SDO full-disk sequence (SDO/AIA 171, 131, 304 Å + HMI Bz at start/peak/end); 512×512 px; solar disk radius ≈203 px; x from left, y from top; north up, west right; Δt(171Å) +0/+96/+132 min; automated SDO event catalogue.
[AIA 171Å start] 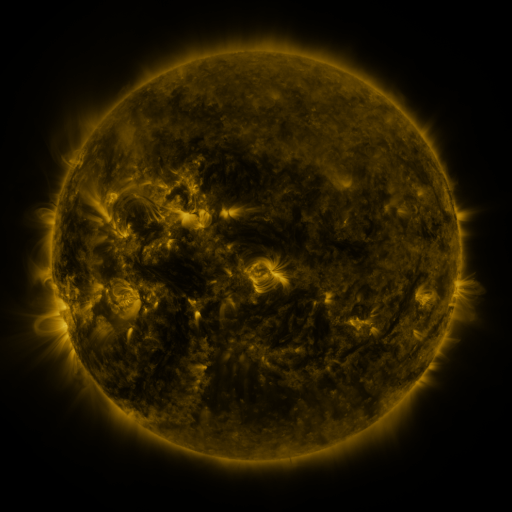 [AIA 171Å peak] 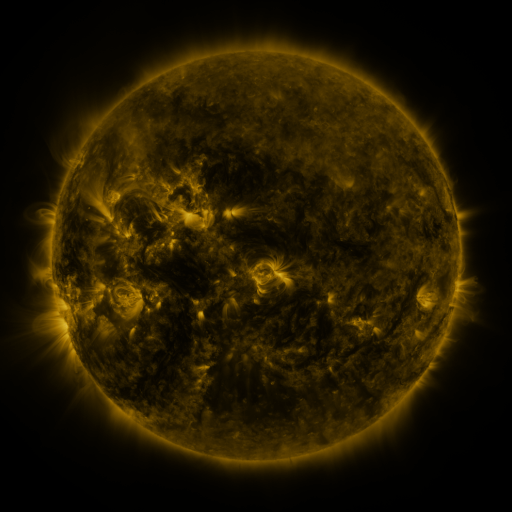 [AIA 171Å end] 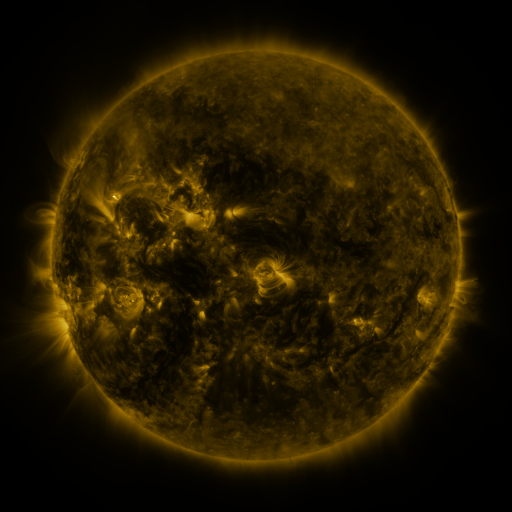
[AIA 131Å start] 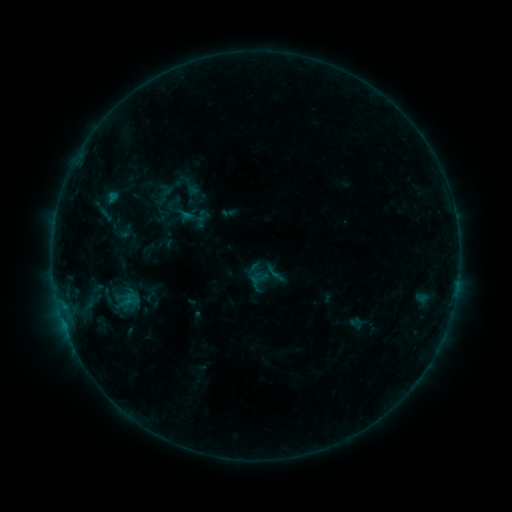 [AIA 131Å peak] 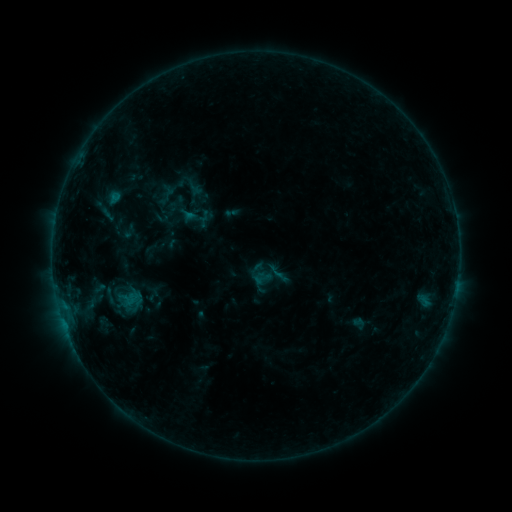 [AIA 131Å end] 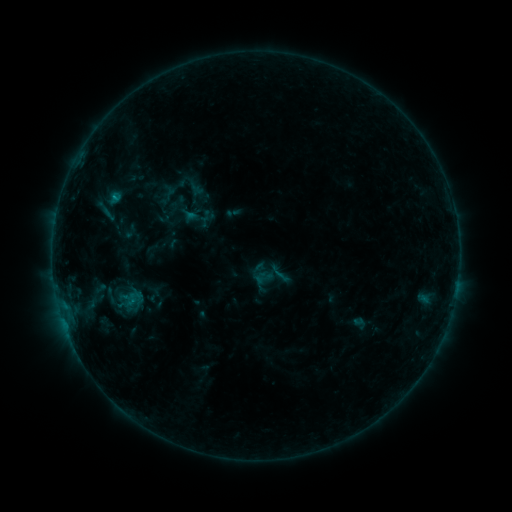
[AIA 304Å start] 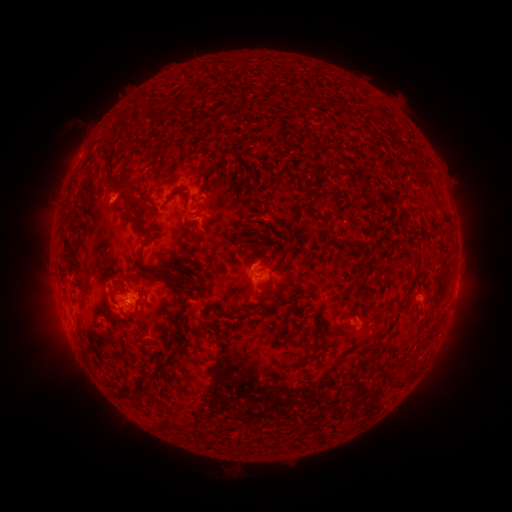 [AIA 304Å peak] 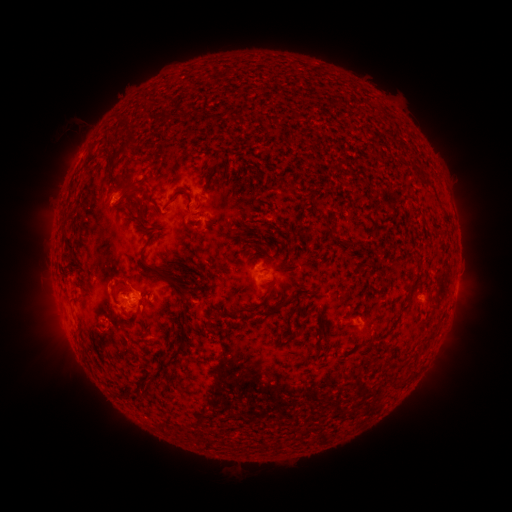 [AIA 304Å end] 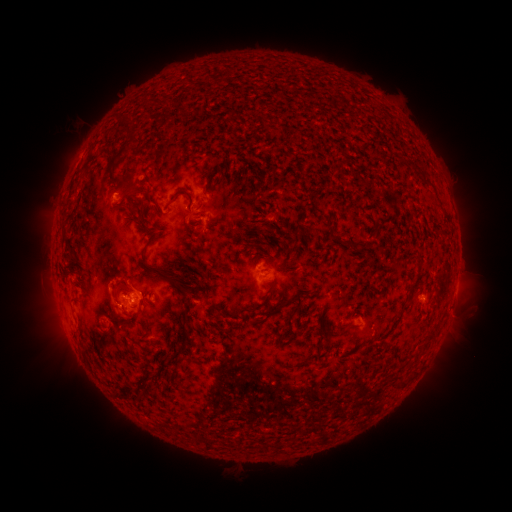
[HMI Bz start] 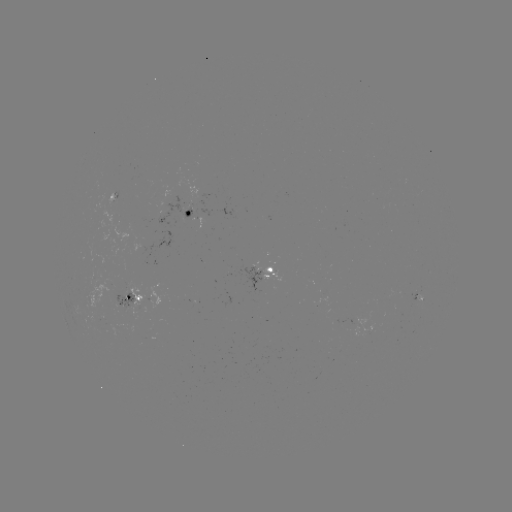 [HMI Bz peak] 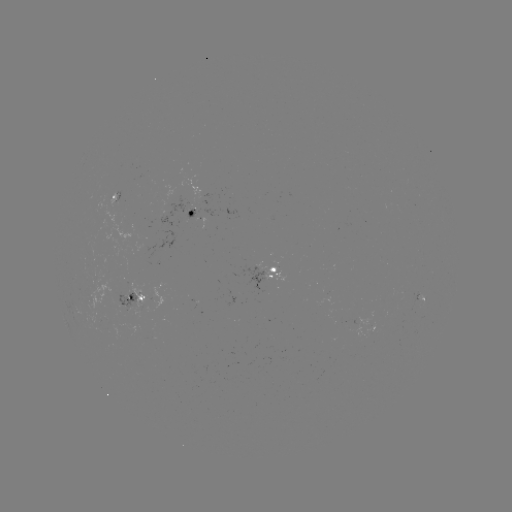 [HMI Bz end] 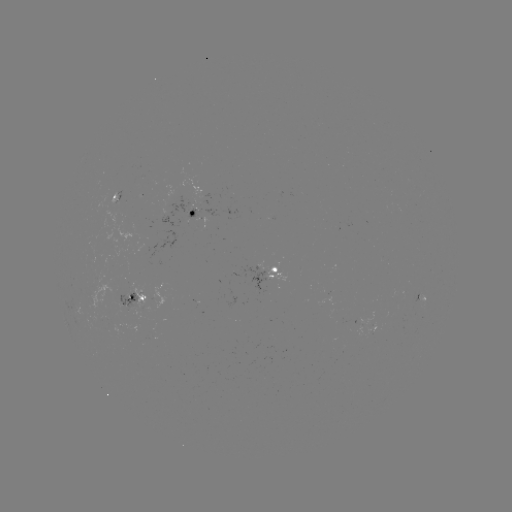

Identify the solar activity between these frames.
emerging-flux region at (193, 211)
